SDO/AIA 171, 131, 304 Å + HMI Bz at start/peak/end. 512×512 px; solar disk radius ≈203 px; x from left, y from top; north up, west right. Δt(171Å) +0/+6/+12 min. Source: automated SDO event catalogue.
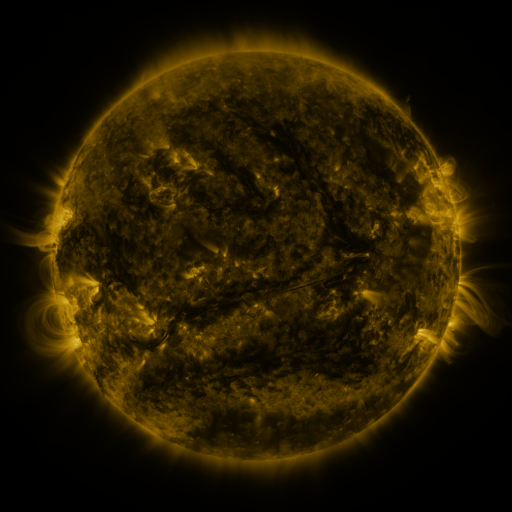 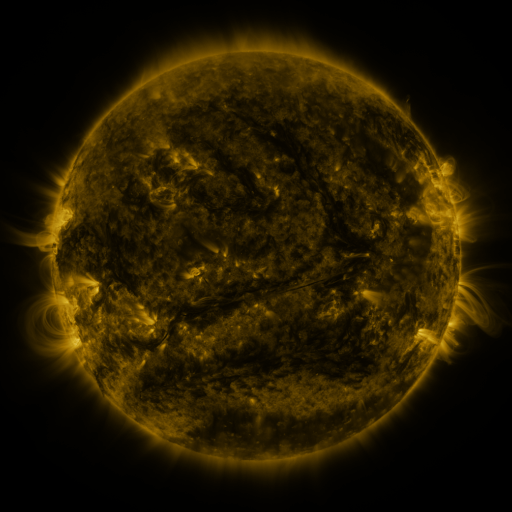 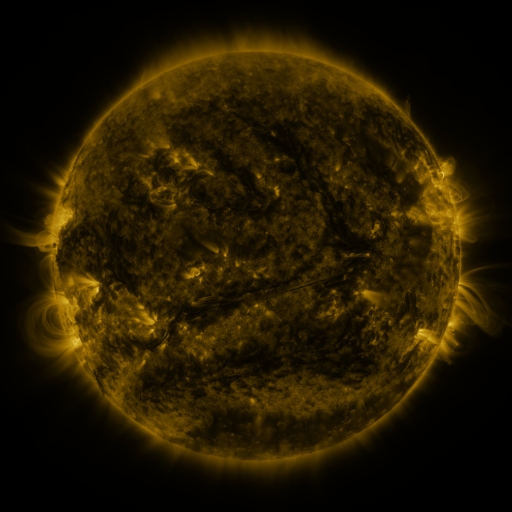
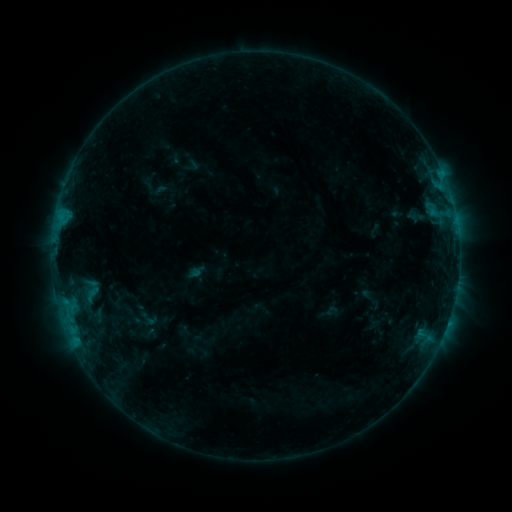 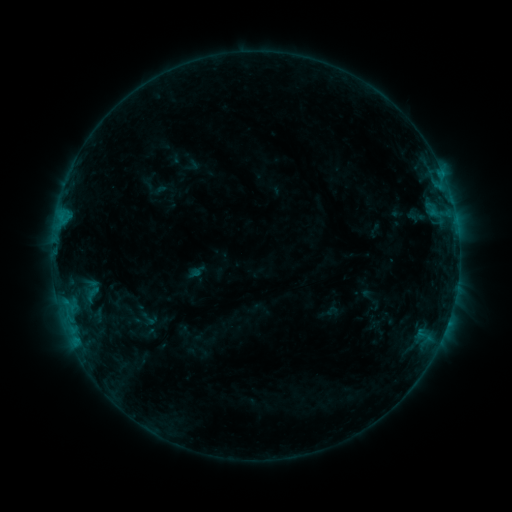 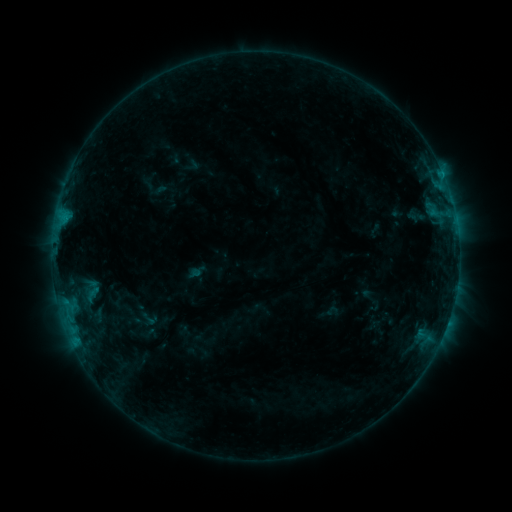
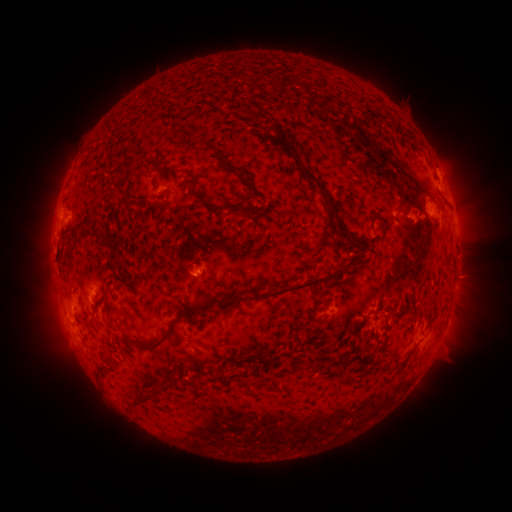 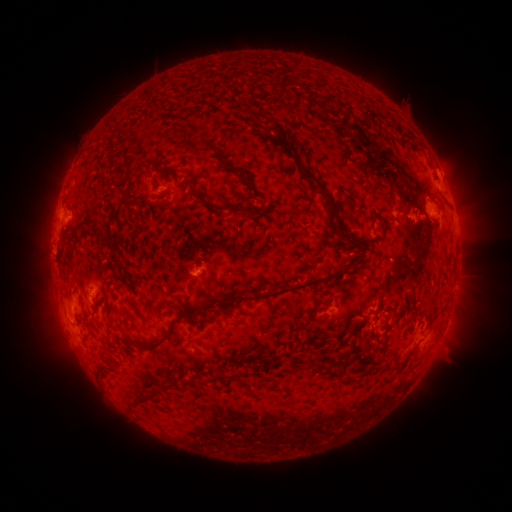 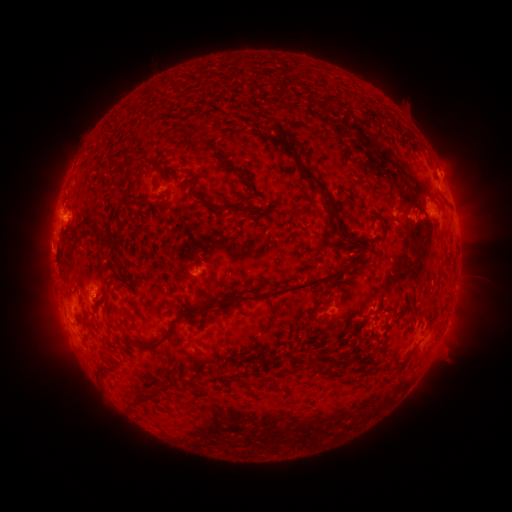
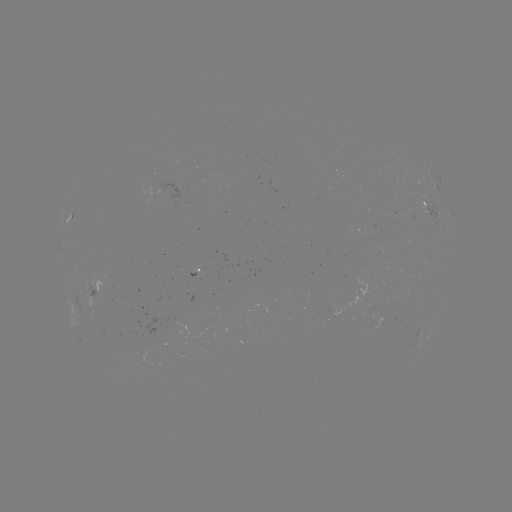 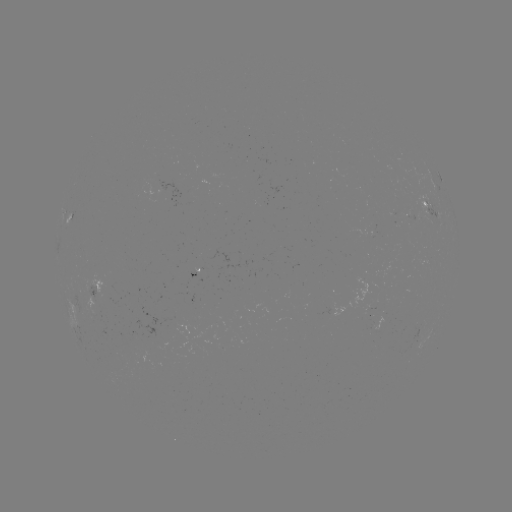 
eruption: (39, 198, 88, 247)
